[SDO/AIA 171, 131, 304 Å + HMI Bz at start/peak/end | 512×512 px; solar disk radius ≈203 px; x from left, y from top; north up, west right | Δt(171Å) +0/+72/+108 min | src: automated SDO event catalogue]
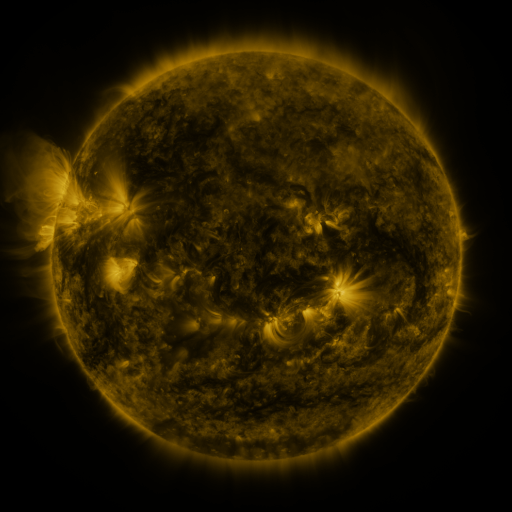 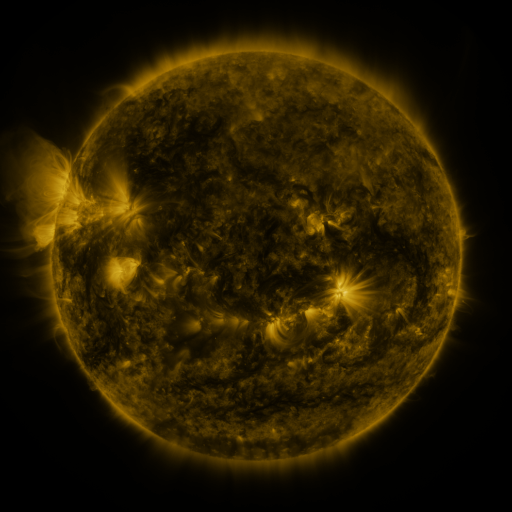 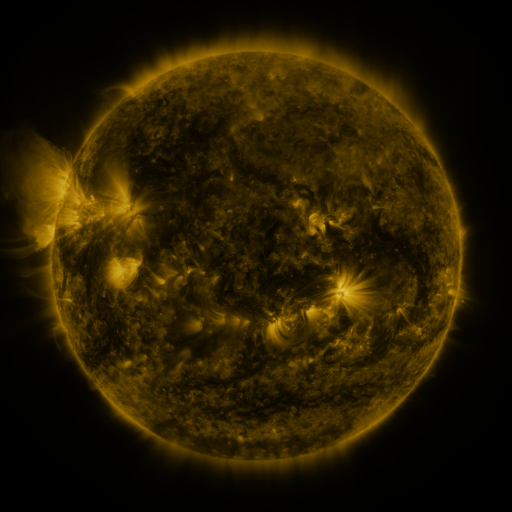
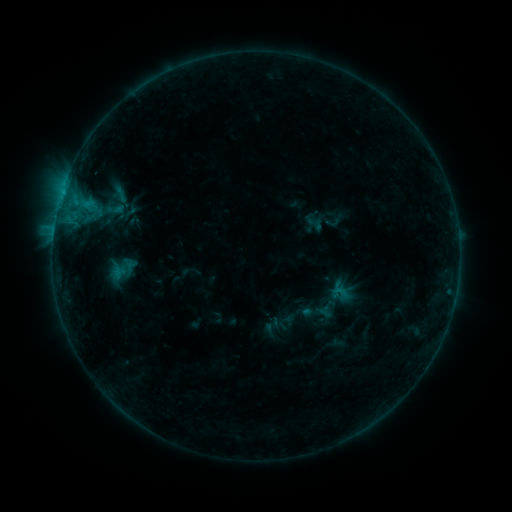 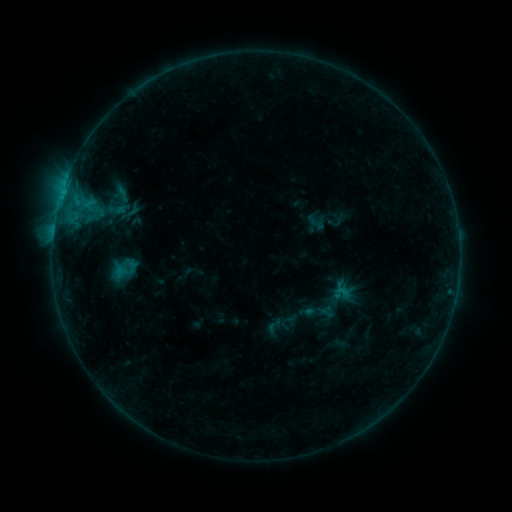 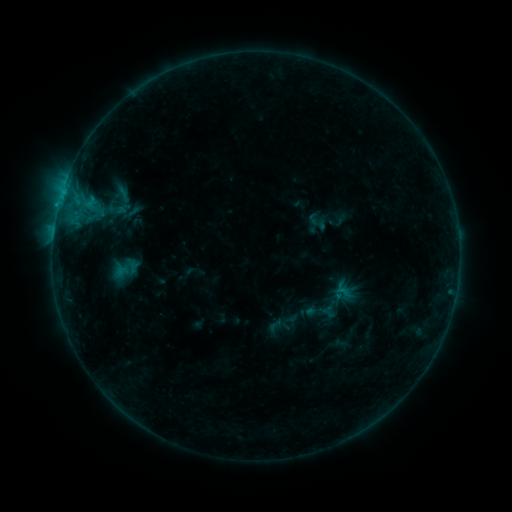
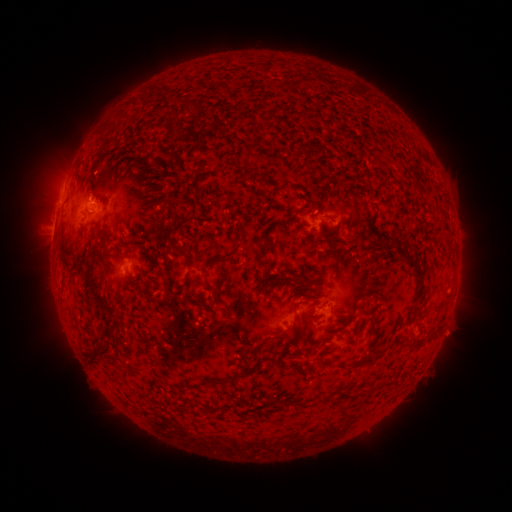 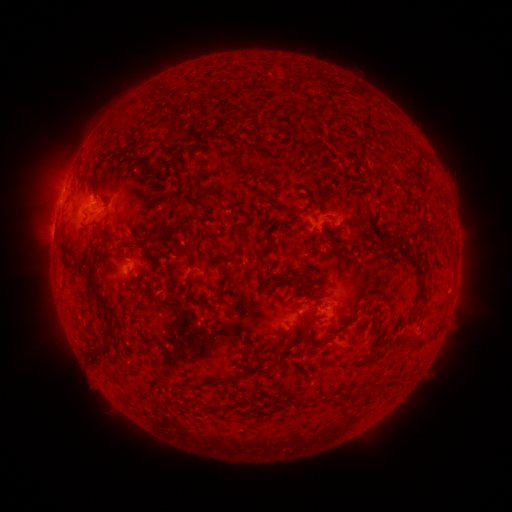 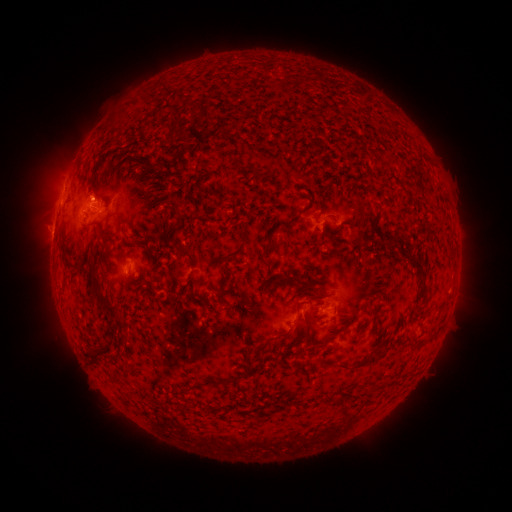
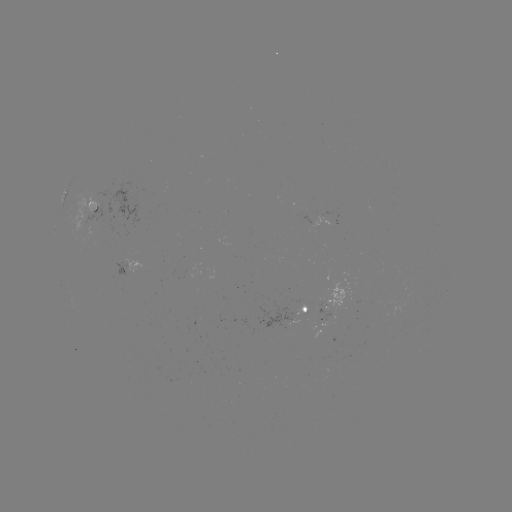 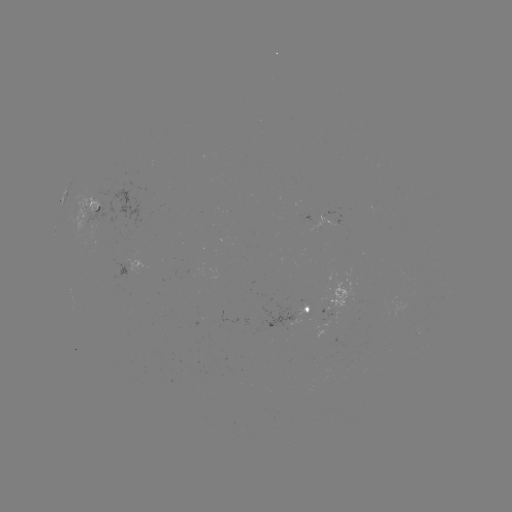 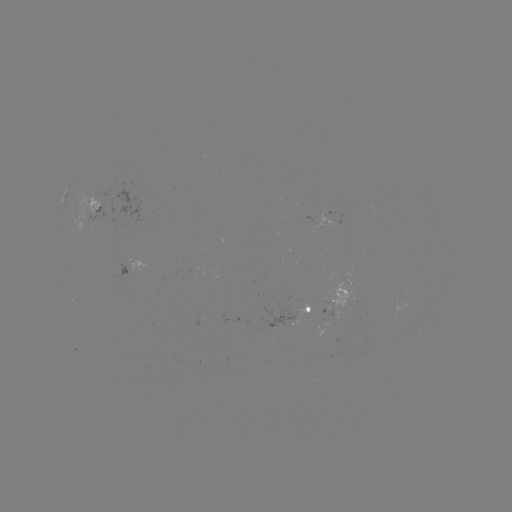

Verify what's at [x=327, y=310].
emerging-flux region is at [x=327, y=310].